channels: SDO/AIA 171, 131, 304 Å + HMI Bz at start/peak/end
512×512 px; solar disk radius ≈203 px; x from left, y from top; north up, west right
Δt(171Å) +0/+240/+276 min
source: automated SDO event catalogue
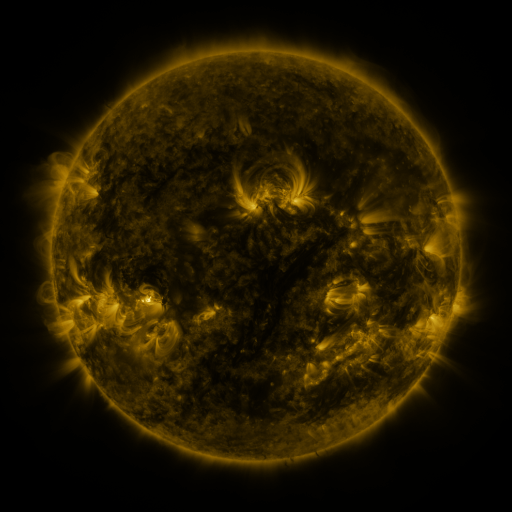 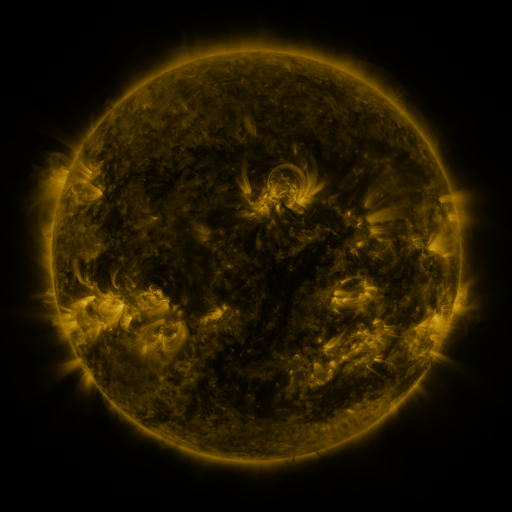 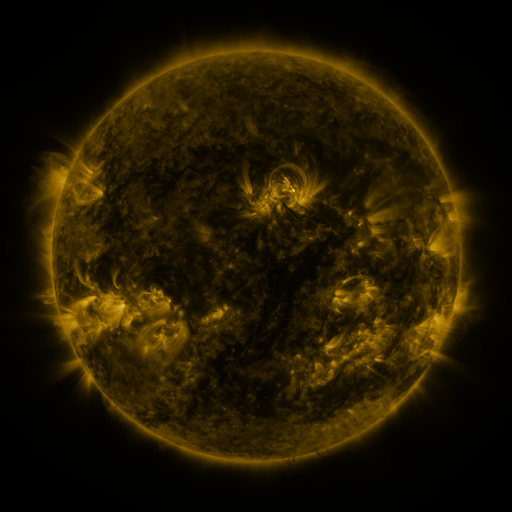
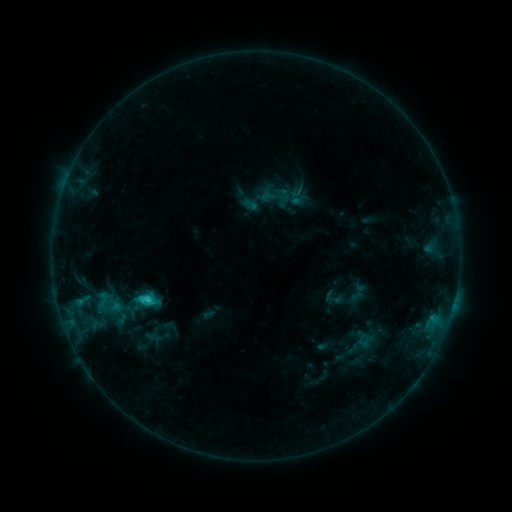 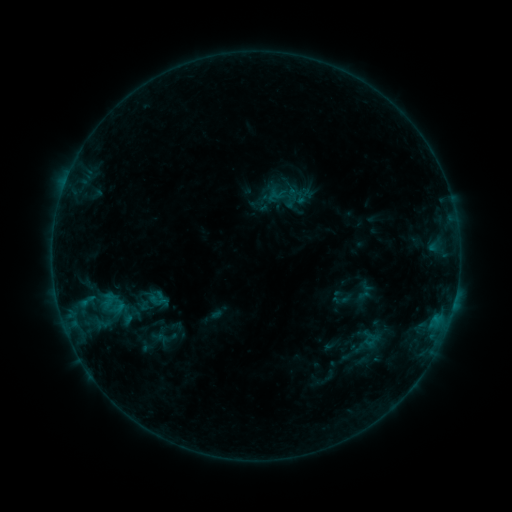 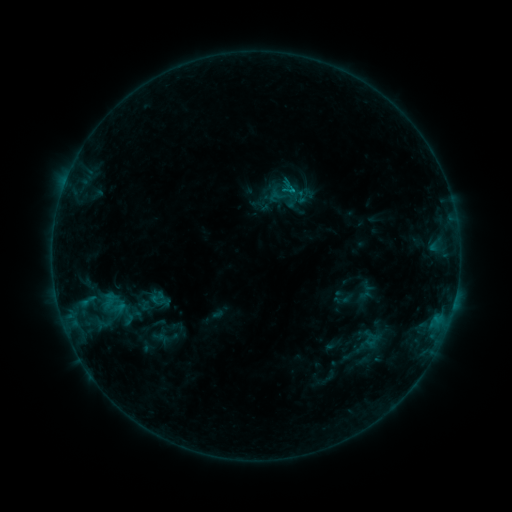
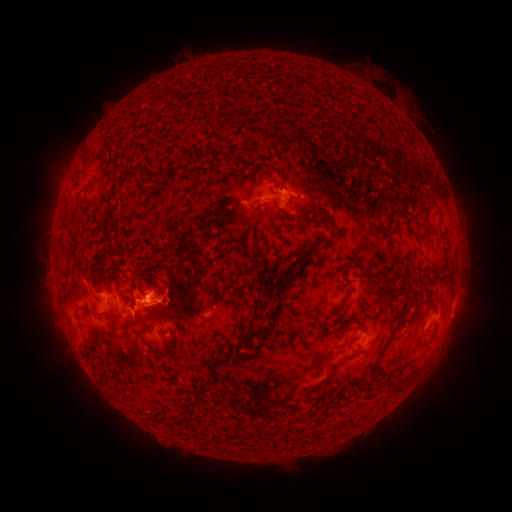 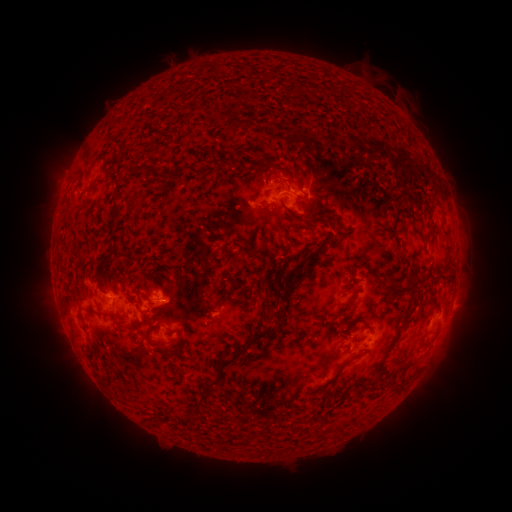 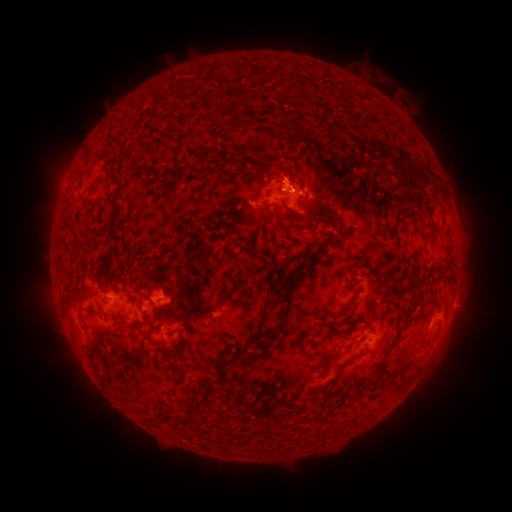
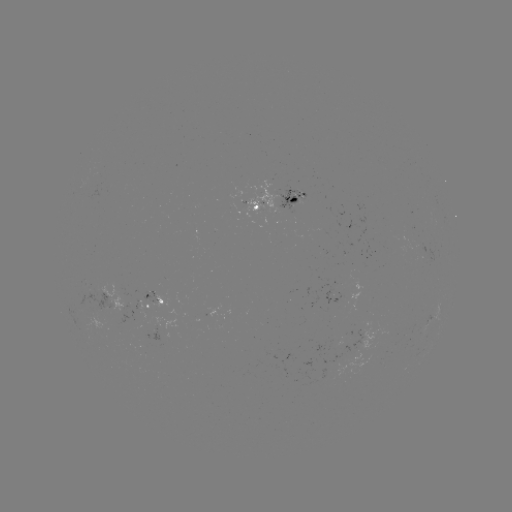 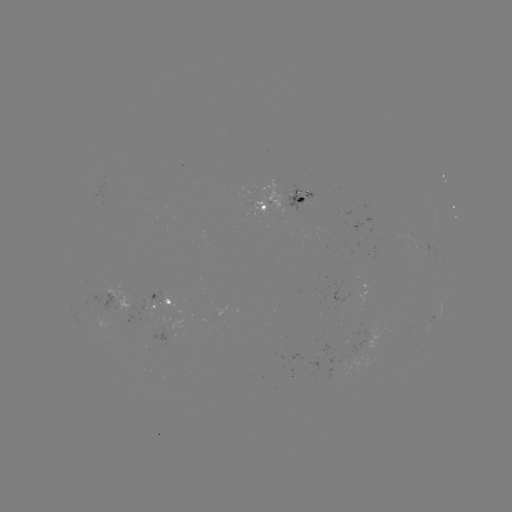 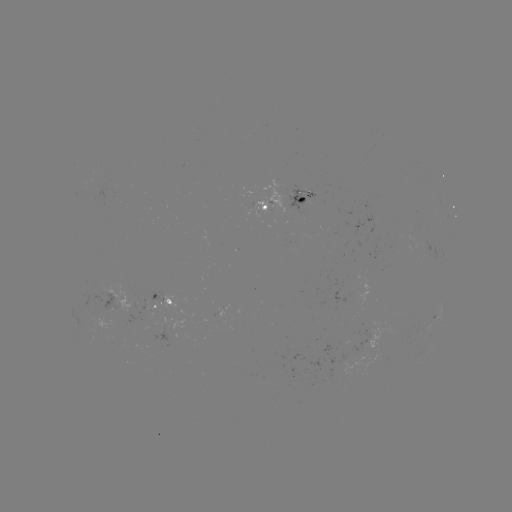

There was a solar emerging-flux region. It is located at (98, 315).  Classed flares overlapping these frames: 1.